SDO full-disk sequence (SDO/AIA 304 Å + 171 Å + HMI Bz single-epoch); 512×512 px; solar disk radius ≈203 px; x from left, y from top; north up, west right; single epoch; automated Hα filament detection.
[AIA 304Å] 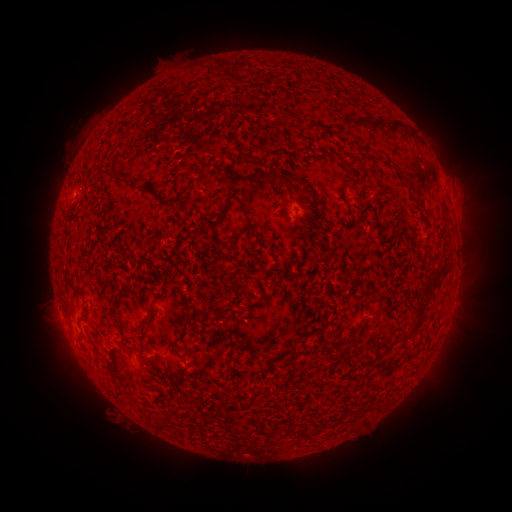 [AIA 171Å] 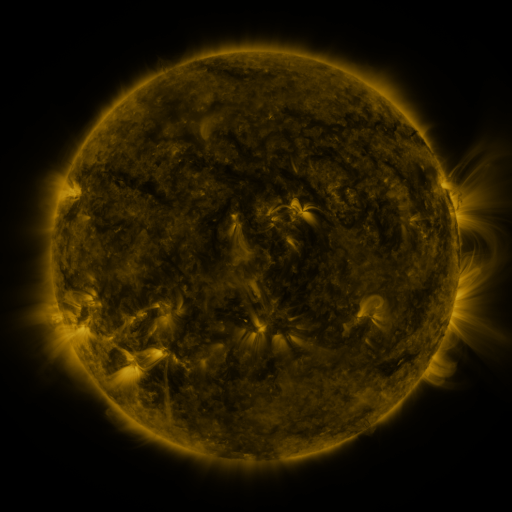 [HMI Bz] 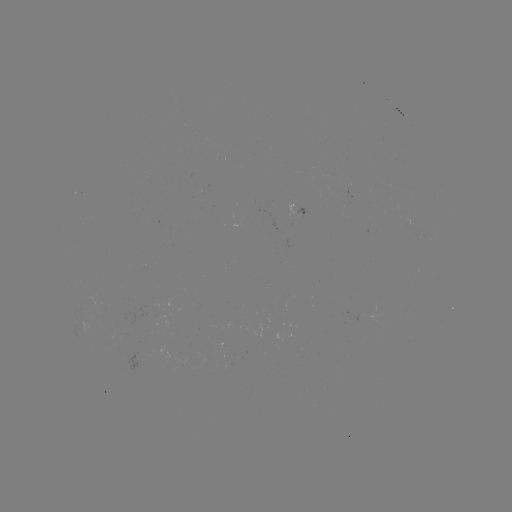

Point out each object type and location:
filament: (235, 71)
filament: (368, 122)
filament: (401, 125)
filament: (376, 158)
filament: (345, 163)
filament: (283, 180)
filament: (126, 184)
filament: (222, 213)
filament: (256, 231)
filament: (433, 277)
filament: (419, 308)
filament: (117, 312)
filament: (148, 323)
filament: (185, 333)
filament: (408, 333)
filament: (339, 341)
filament: (245, 348)
filament: (389, 365)
filament: (264, 370)
filament: (117, 379)
filament: (307, 433)
